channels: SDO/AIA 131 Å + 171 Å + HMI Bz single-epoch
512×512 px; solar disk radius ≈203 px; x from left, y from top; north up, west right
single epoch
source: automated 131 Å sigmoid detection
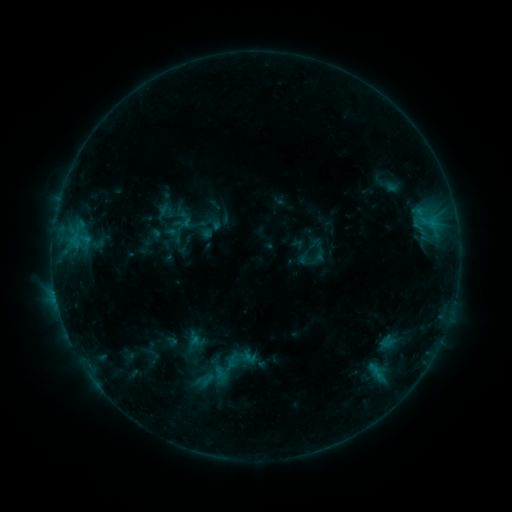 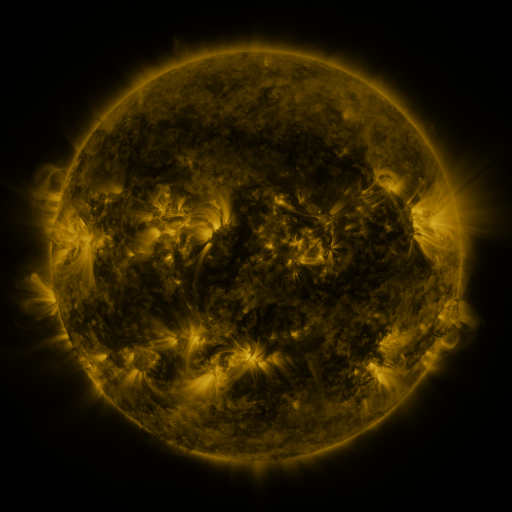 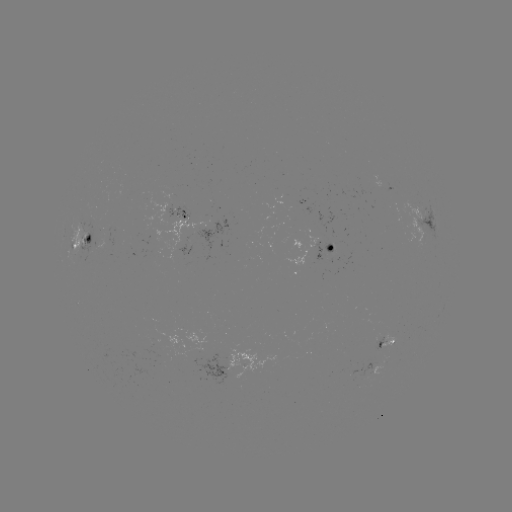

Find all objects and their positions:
sigmoid: <bbox>178, 211, 194, 229</bbox>
